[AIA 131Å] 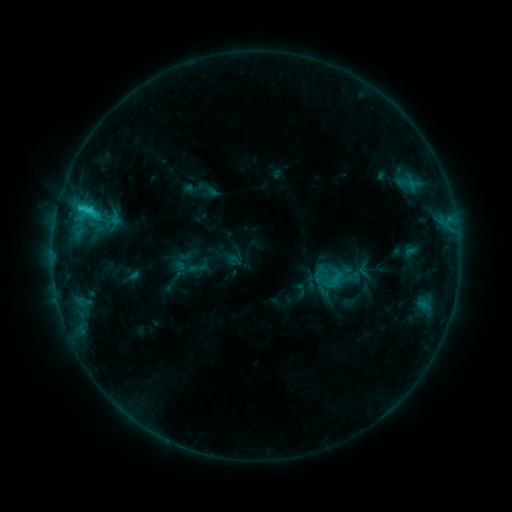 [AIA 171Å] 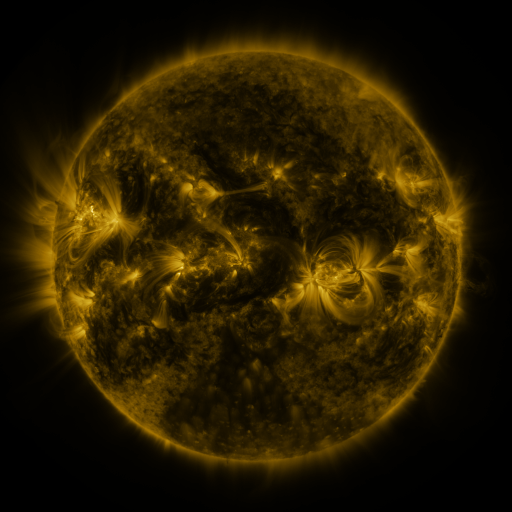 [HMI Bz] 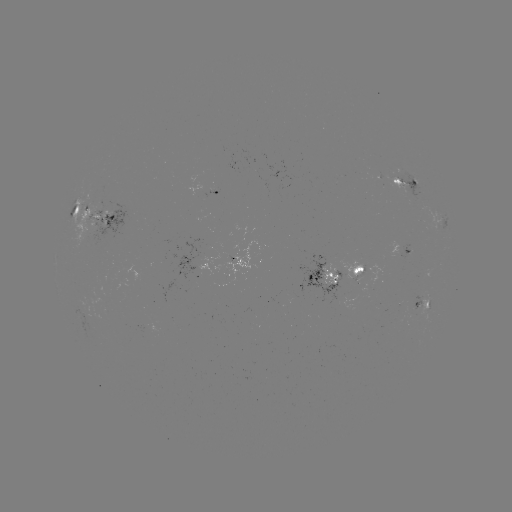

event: sigmoid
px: (327, 282)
